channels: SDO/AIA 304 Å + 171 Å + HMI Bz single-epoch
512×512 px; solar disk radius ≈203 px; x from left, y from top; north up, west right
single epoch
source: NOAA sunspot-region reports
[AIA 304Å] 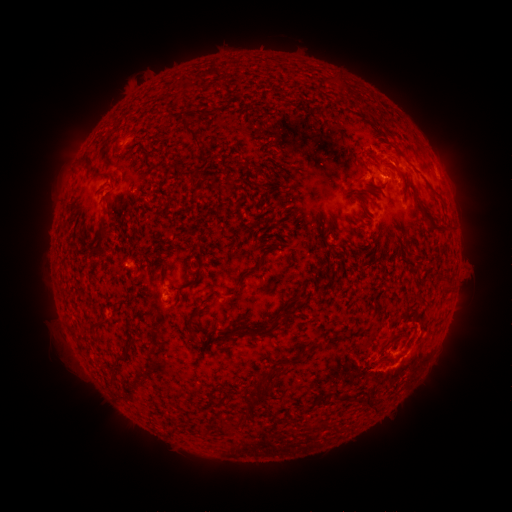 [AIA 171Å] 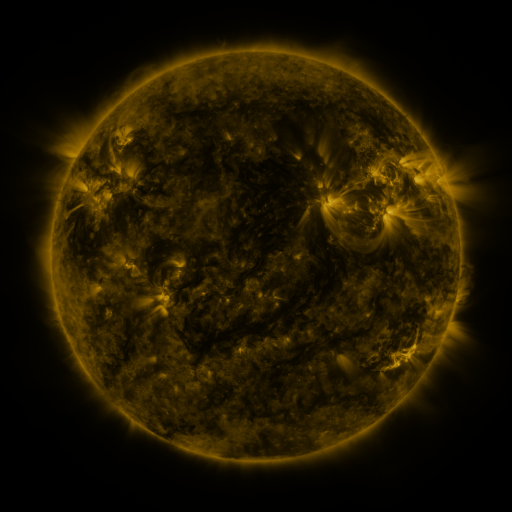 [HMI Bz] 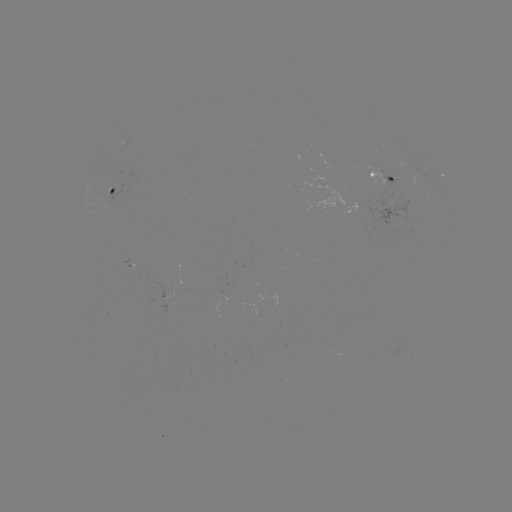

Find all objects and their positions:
spotted active region: (439, 175)
spotted active region: (386, 179)
spotted active region: (118, 190)
spotted active region: (174, 297)
